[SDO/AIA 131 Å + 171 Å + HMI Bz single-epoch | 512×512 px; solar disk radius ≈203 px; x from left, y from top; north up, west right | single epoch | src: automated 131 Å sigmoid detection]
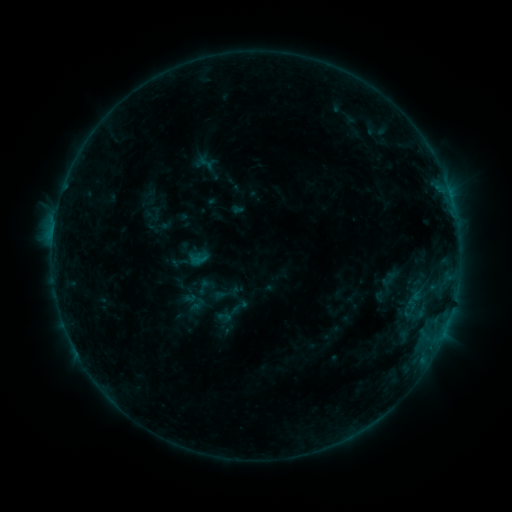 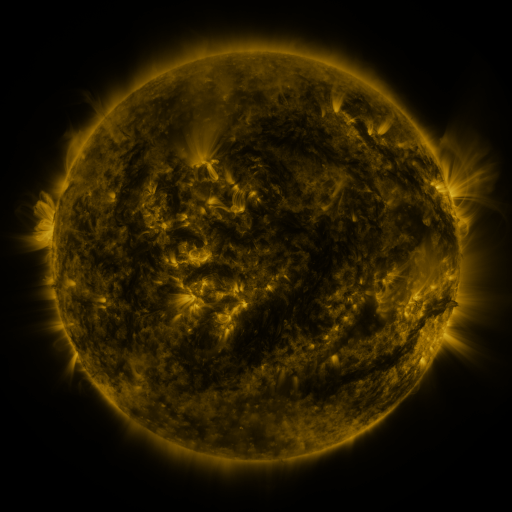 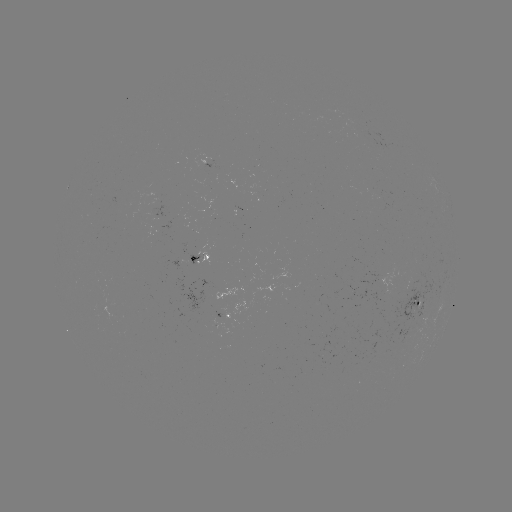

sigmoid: <bbox>192, 277, 214, 296</bbox>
